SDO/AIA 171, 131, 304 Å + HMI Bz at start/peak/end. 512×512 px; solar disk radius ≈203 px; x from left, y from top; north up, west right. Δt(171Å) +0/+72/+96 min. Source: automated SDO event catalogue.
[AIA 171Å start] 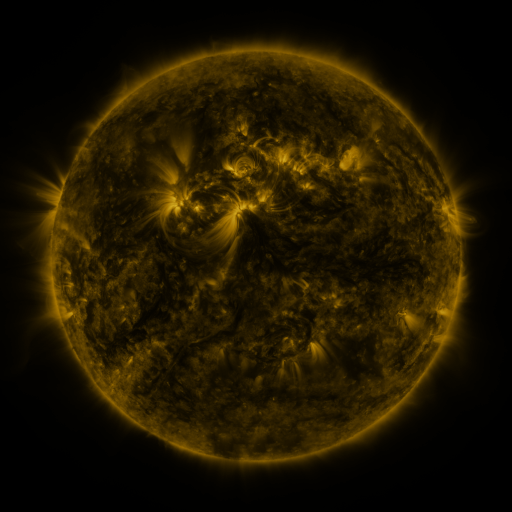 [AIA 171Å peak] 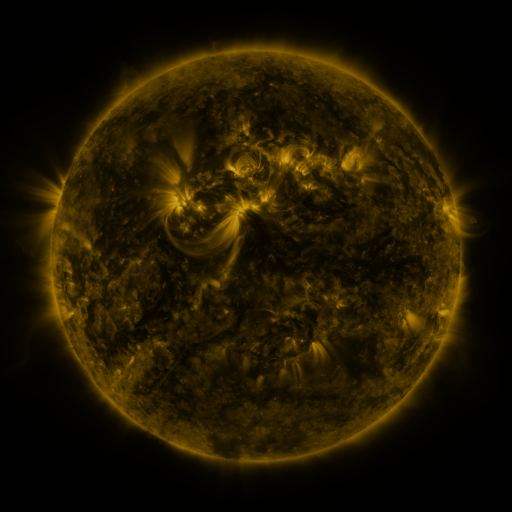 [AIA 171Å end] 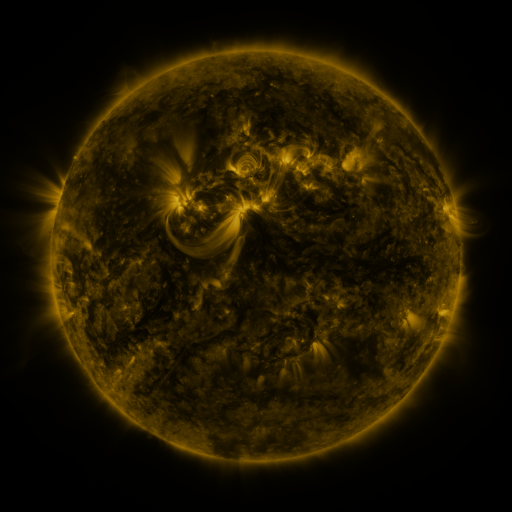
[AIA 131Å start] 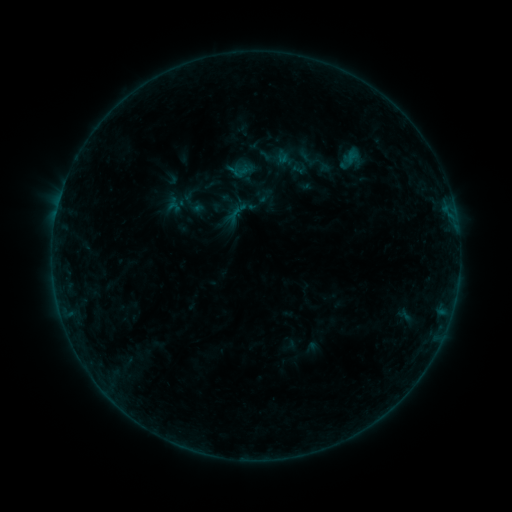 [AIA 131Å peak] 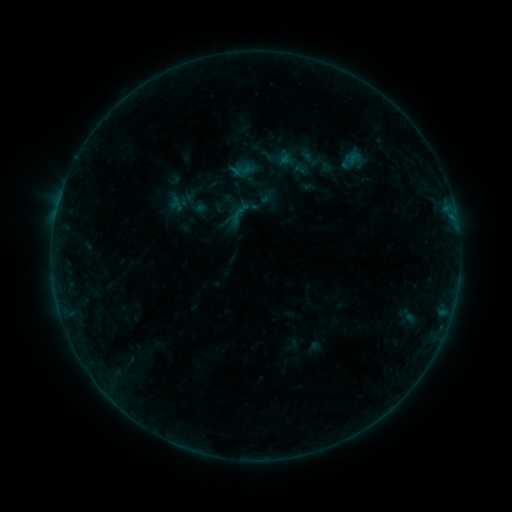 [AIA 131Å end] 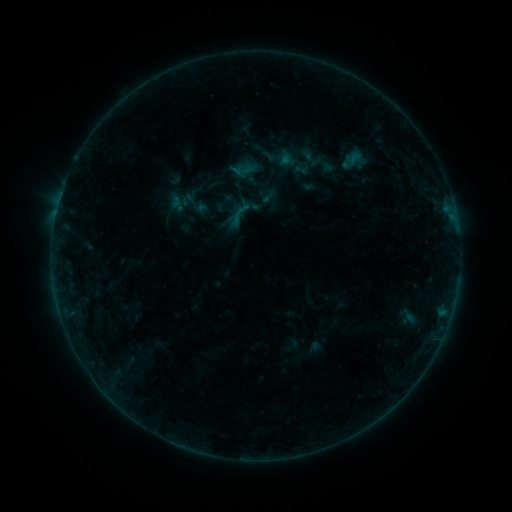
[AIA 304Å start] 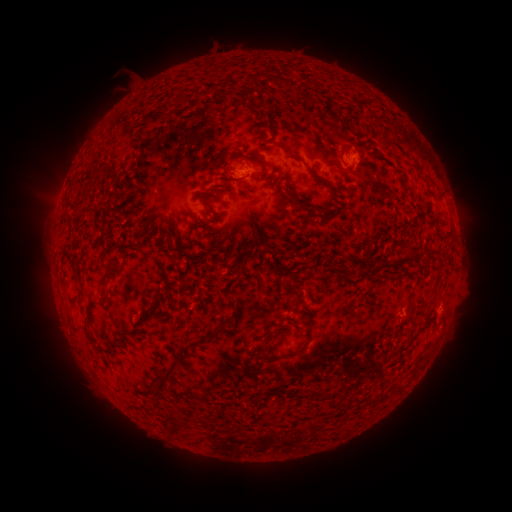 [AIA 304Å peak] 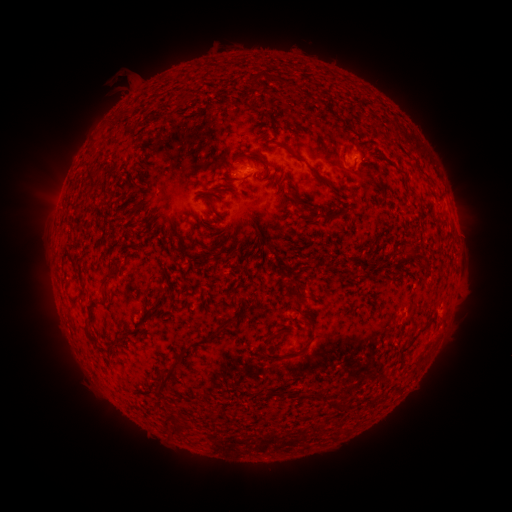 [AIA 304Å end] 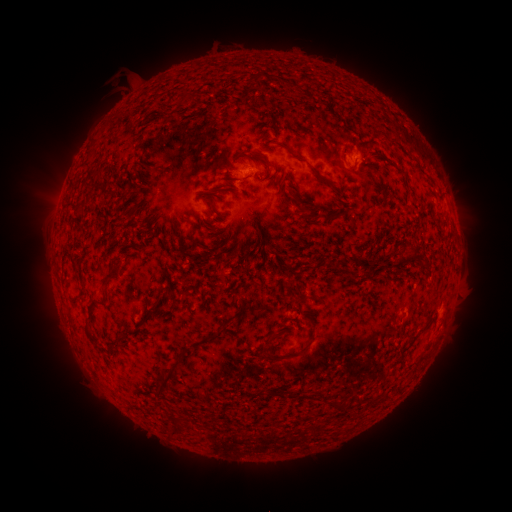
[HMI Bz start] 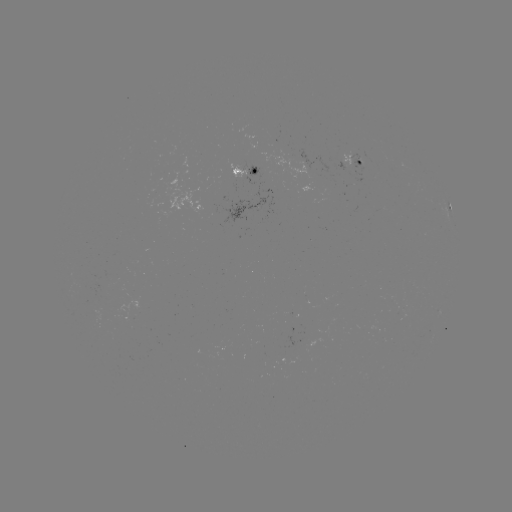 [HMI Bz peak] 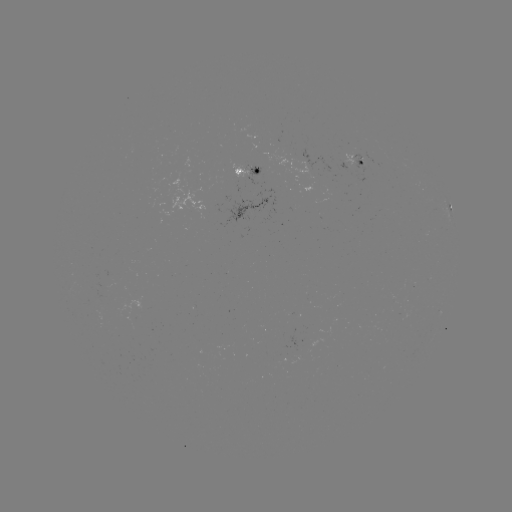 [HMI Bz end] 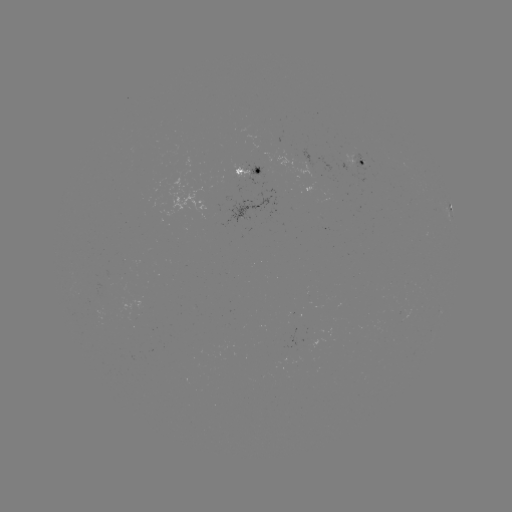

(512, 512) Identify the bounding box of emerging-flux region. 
[231, 165, 248, 178].